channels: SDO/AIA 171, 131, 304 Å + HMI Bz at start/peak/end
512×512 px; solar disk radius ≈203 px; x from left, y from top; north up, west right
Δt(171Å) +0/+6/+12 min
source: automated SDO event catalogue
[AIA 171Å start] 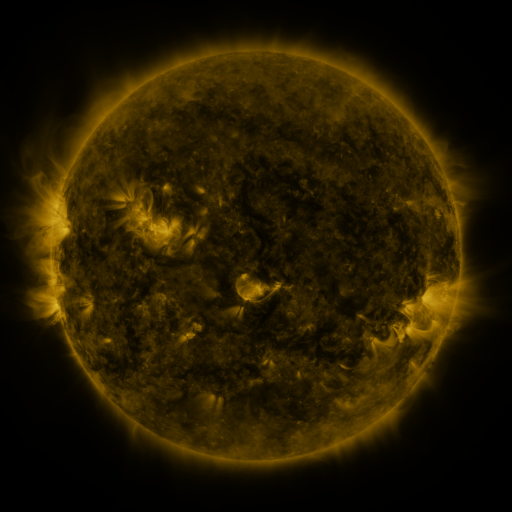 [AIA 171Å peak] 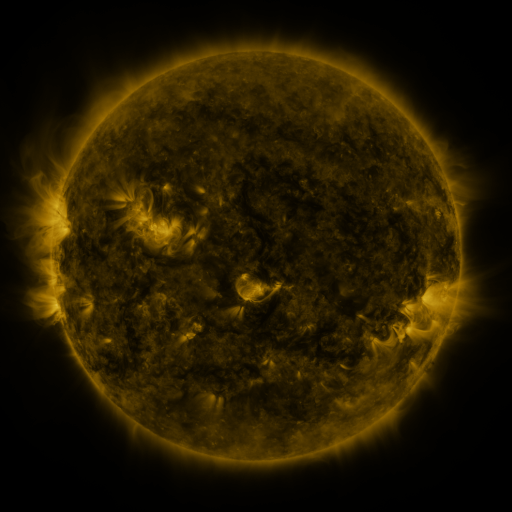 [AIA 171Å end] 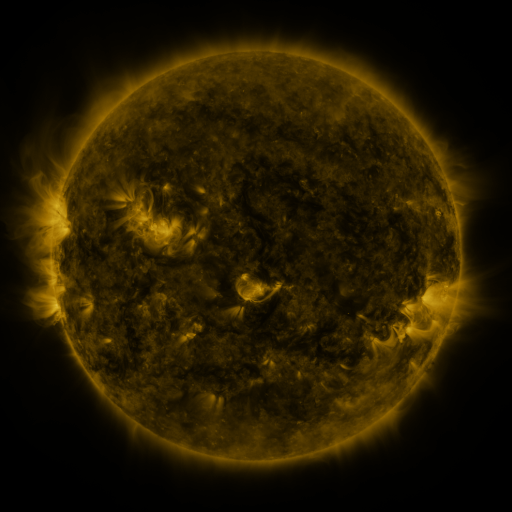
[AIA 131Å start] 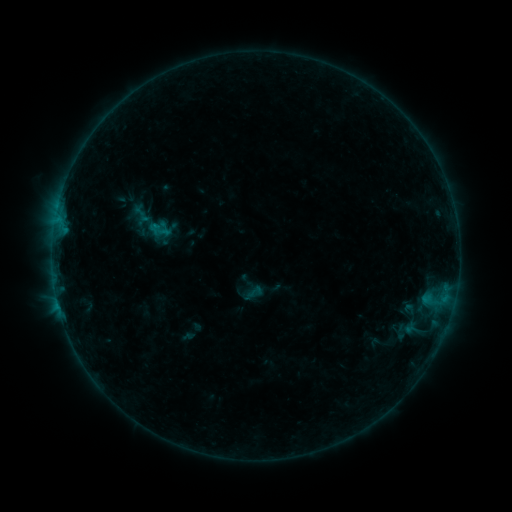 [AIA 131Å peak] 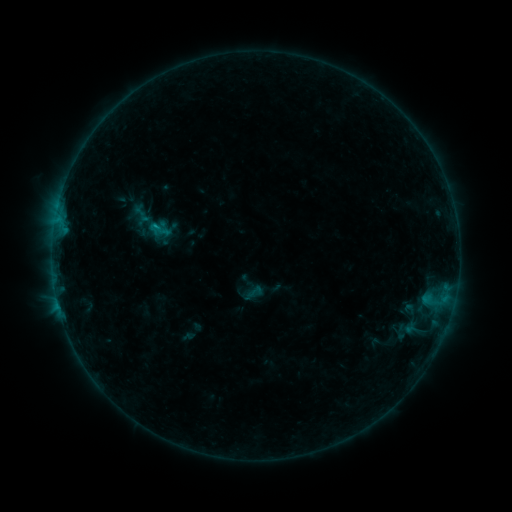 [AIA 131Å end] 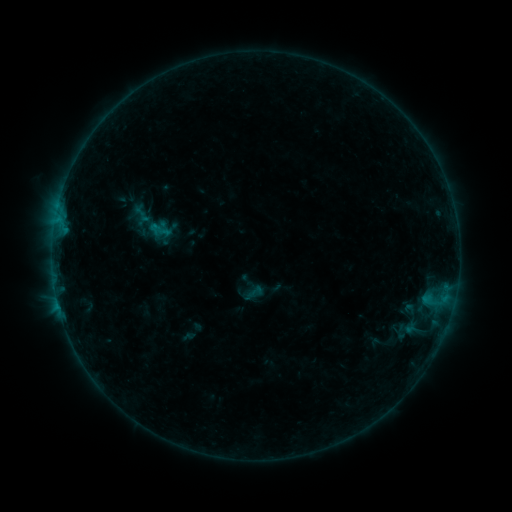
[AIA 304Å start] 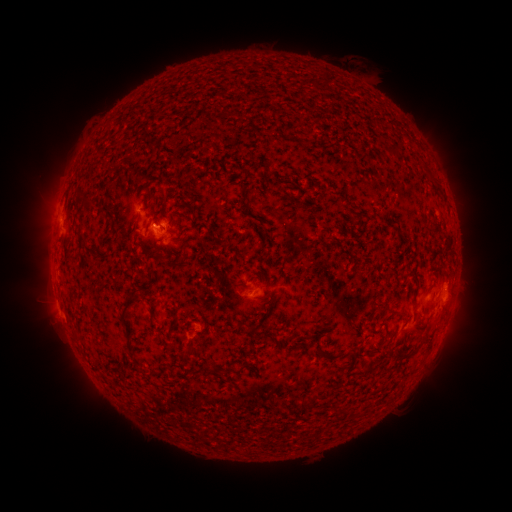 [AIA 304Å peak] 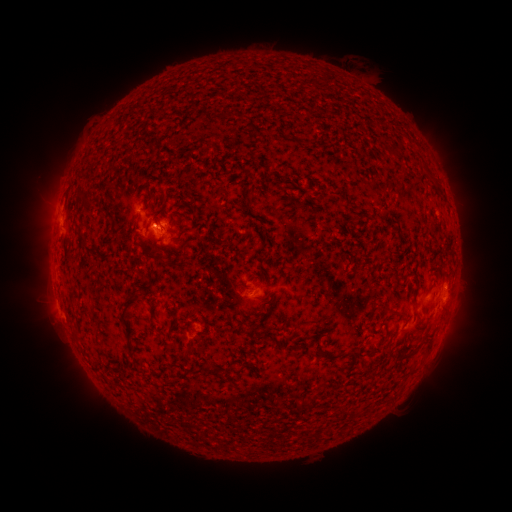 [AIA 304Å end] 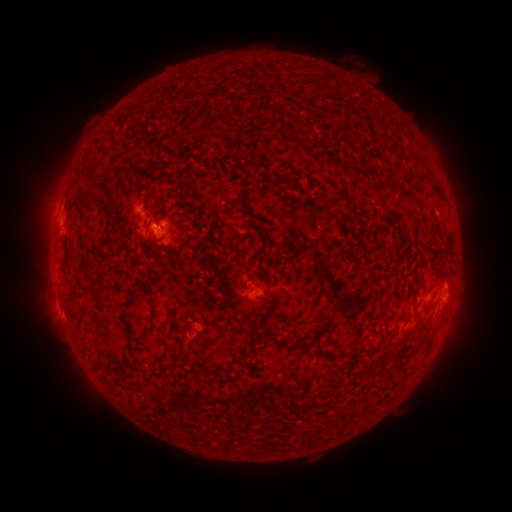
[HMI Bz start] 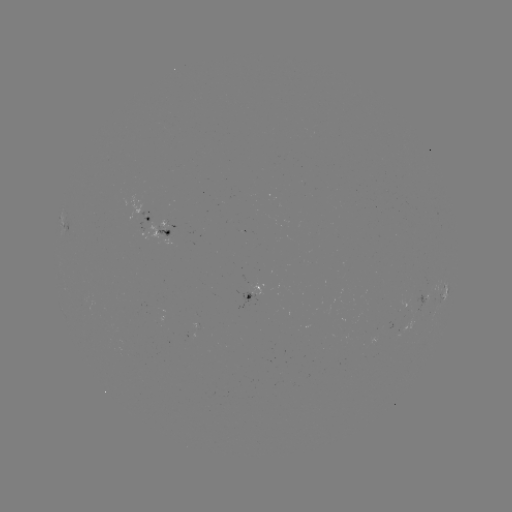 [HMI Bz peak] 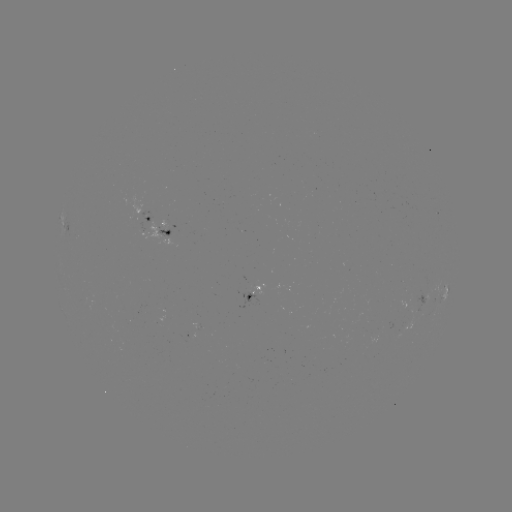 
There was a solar flare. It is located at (155, 227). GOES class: B3.1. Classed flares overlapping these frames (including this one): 1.